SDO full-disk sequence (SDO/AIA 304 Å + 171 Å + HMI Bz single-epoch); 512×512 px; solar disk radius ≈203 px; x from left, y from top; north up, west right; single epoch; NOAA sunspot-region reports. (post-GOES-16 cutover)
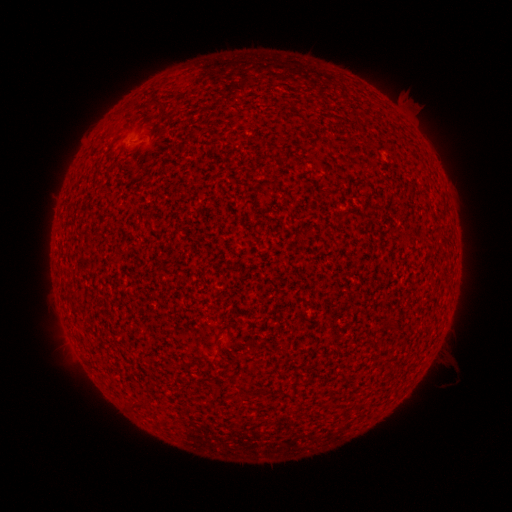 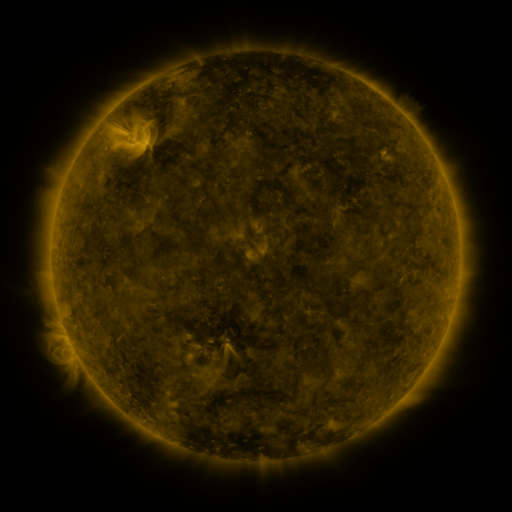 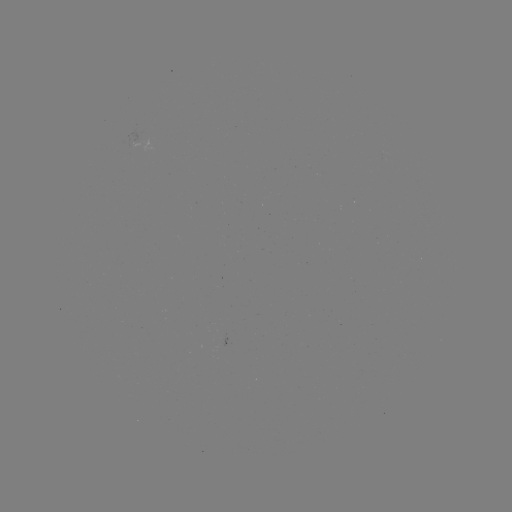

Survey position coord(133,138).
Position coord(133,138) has spotted active region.